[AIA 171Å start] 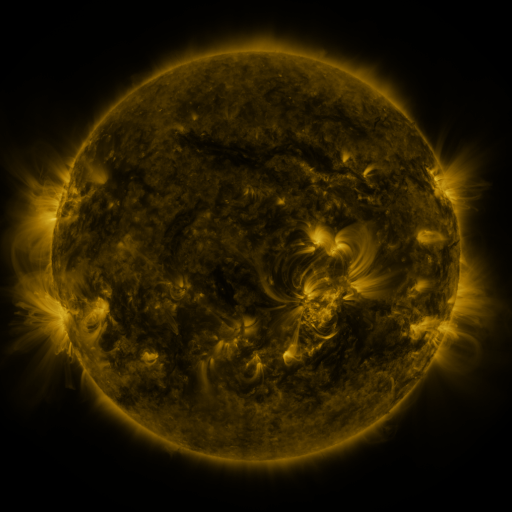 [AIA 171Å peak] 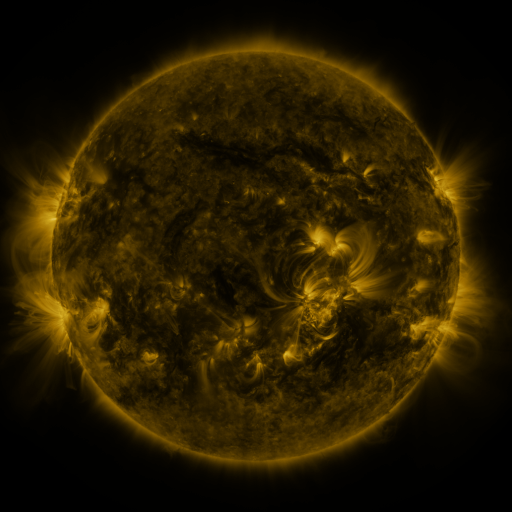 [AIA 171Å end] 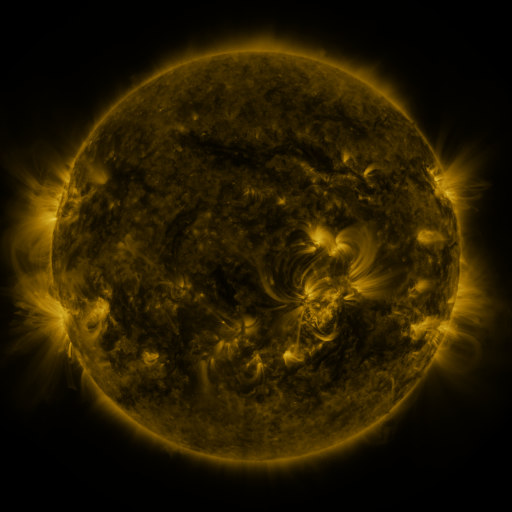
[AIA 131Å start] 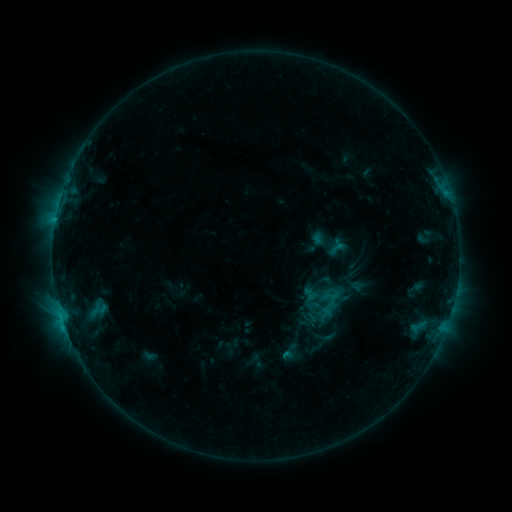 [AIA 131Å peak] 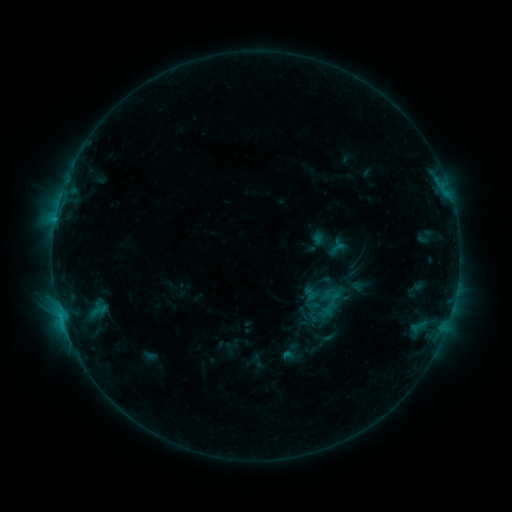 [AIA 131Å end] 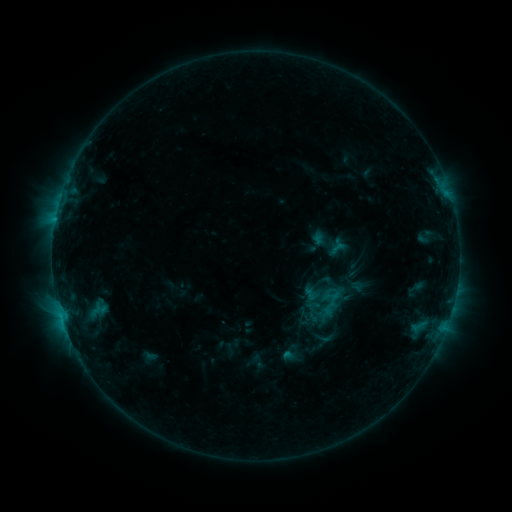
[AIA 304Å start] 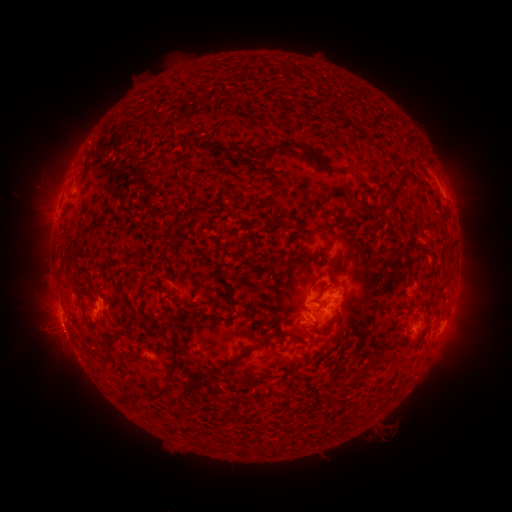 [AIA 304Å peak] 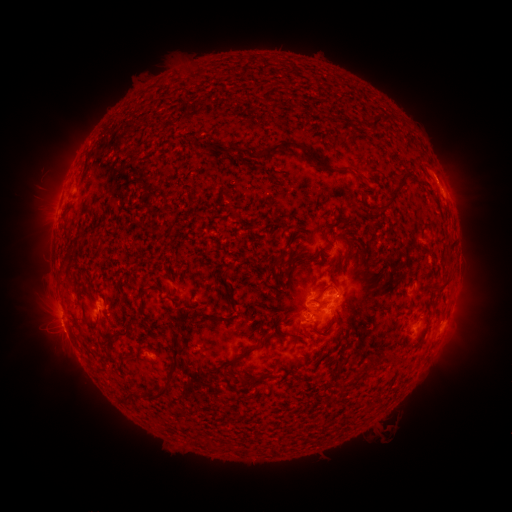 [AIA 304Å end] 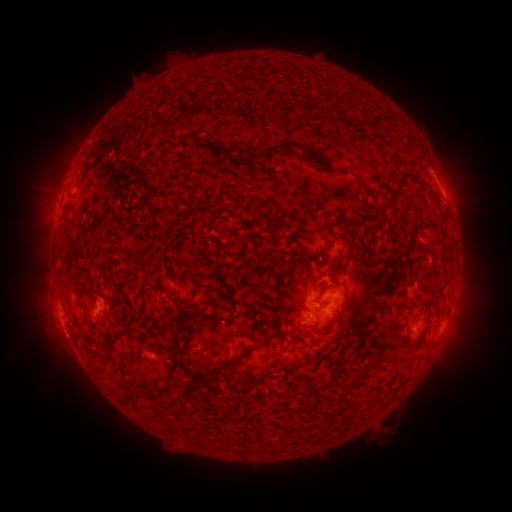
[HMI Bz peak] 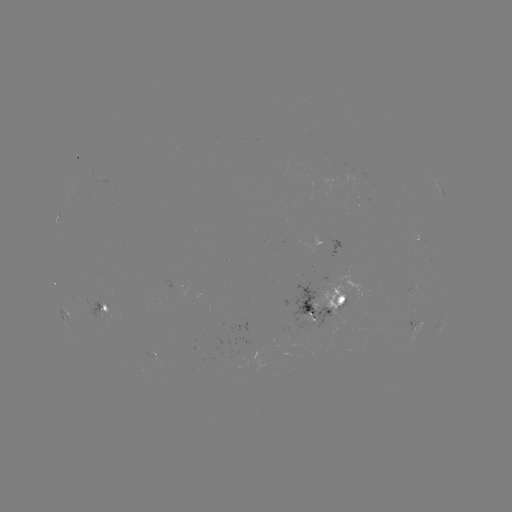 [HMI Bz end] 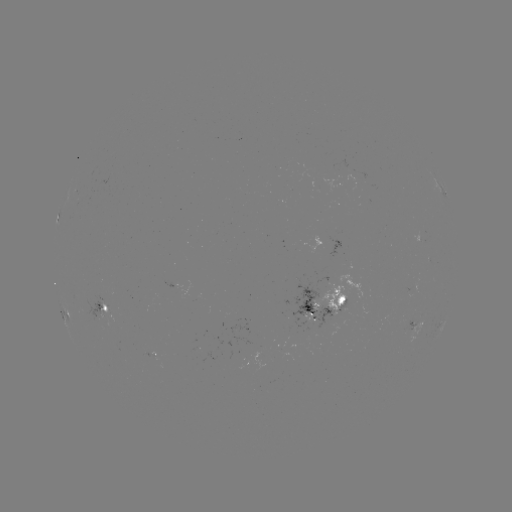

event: eruption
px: (441, 169)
